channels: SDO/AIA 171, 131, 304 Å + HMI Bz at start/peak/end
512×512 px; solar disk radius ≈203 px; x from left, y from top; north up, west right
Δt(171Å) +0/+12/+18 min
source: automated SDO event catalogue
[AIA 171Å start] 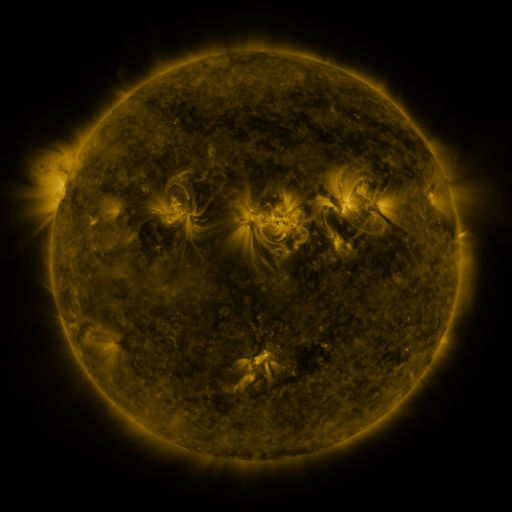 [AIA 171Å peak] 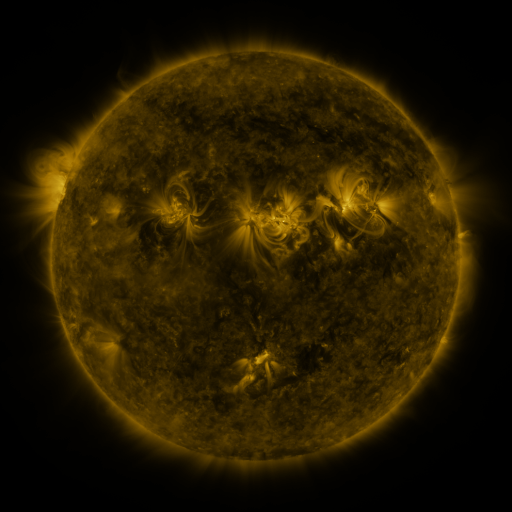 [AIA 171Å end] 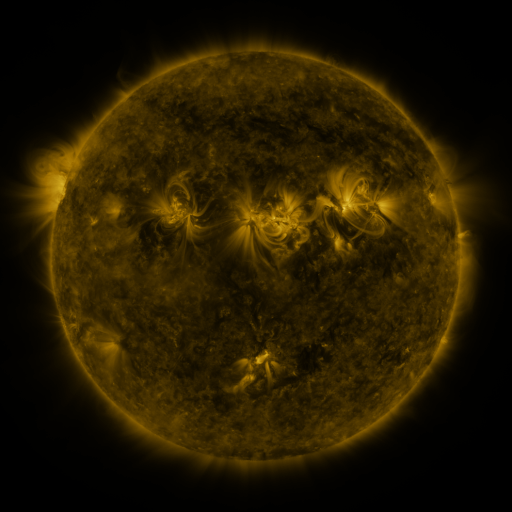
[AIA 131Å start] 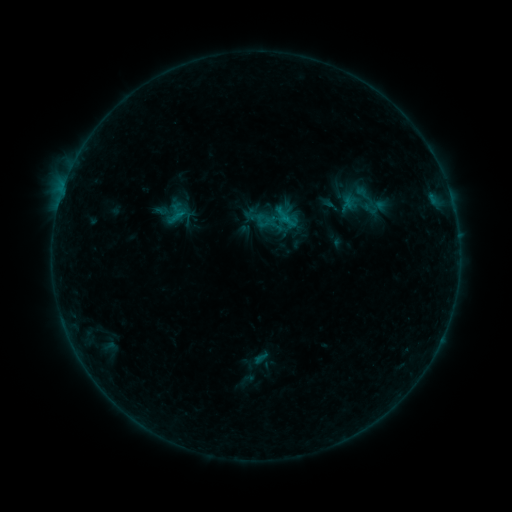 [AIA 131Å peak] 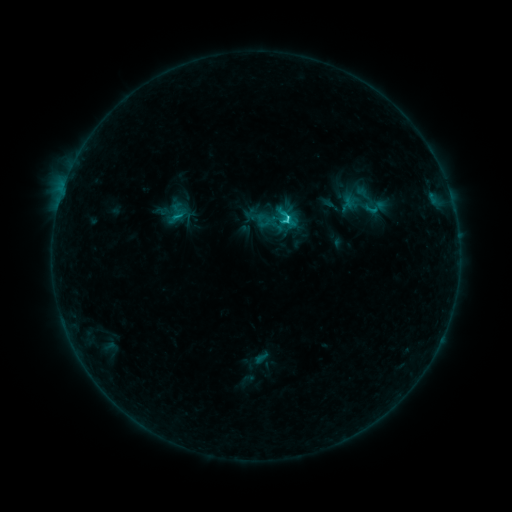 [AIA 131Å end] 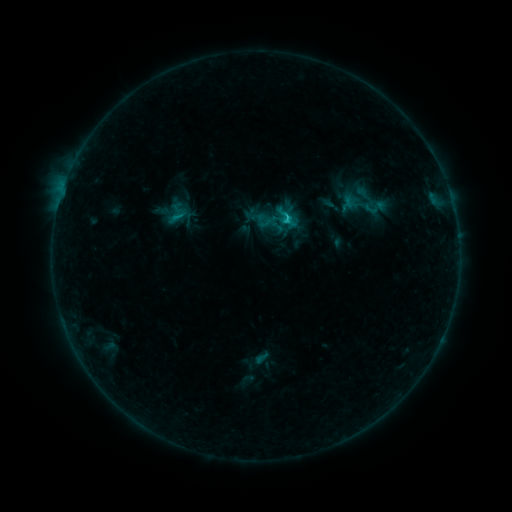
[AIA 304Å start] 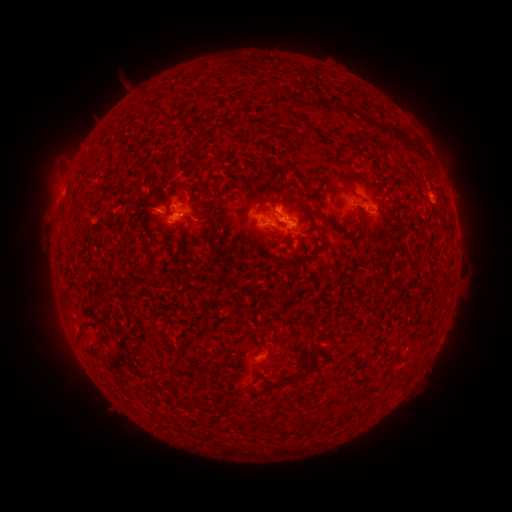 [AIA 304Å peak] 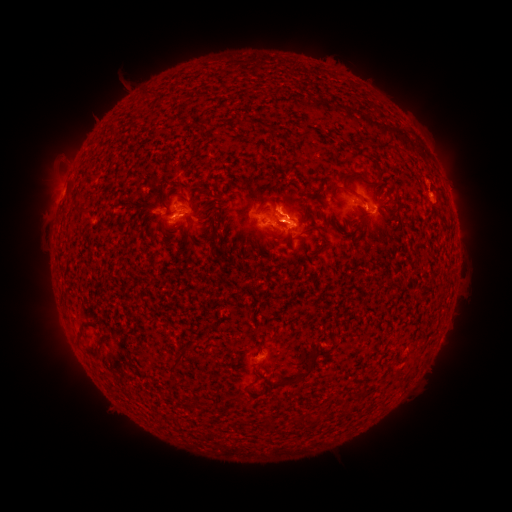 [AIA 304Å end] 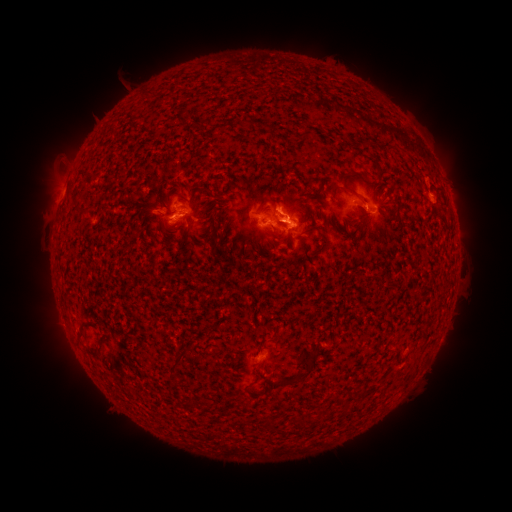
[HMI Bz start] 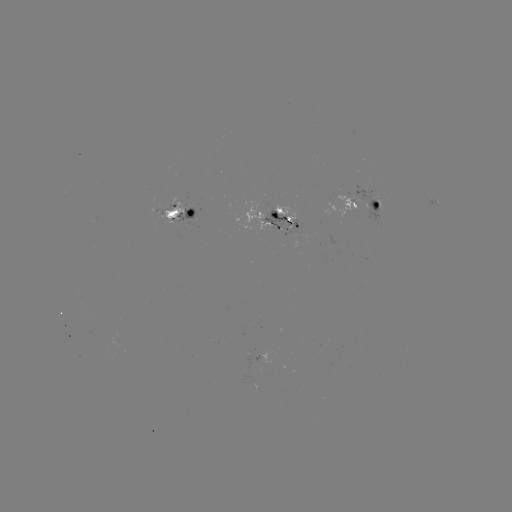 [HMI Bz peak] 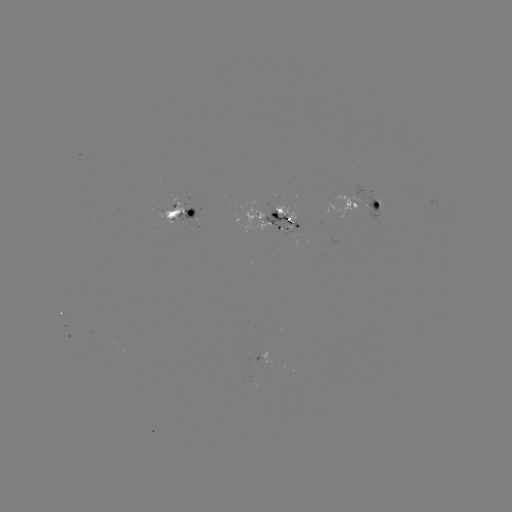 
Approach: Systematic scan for C1.8 flare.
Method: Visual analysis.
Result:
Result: C1.8 flare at (286, 219).